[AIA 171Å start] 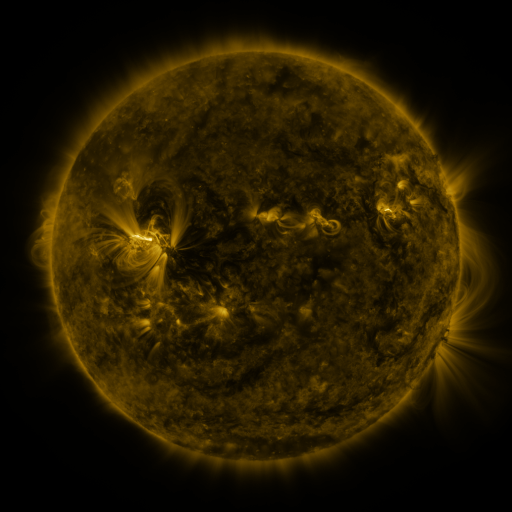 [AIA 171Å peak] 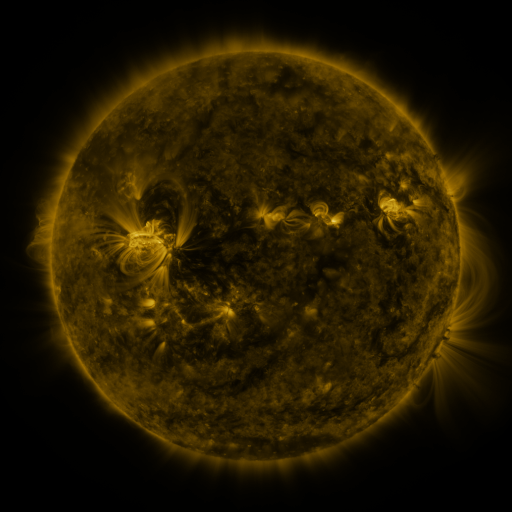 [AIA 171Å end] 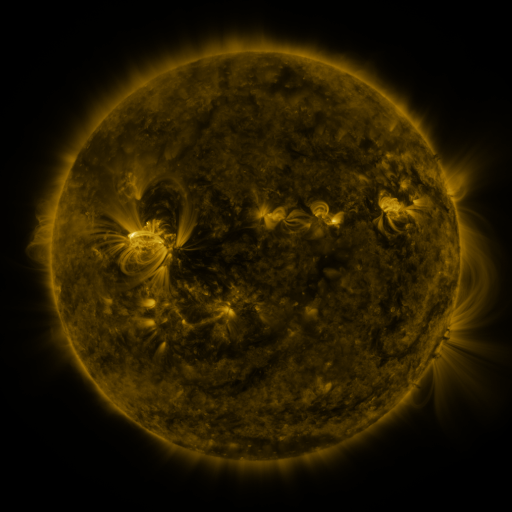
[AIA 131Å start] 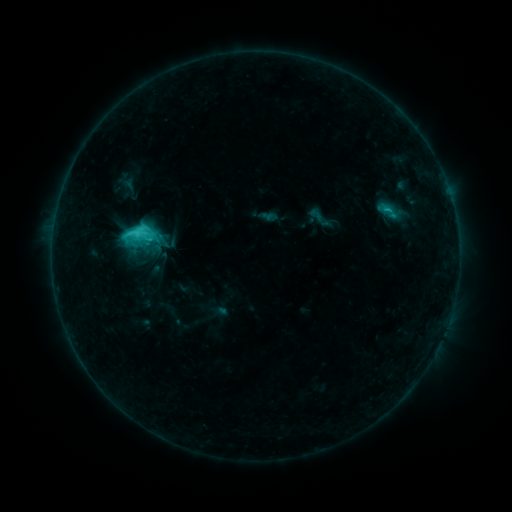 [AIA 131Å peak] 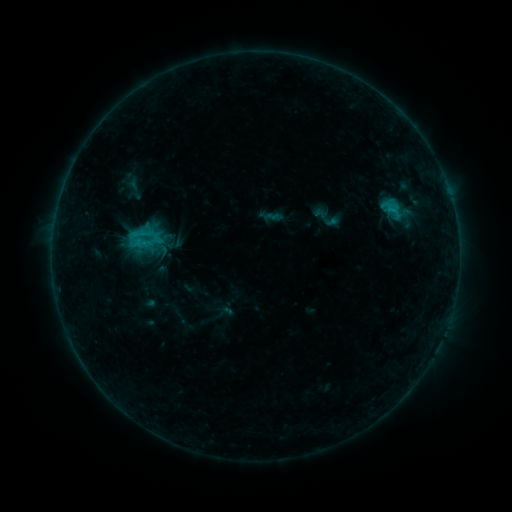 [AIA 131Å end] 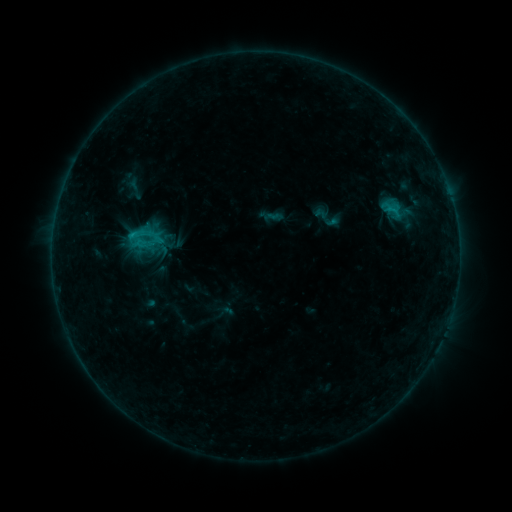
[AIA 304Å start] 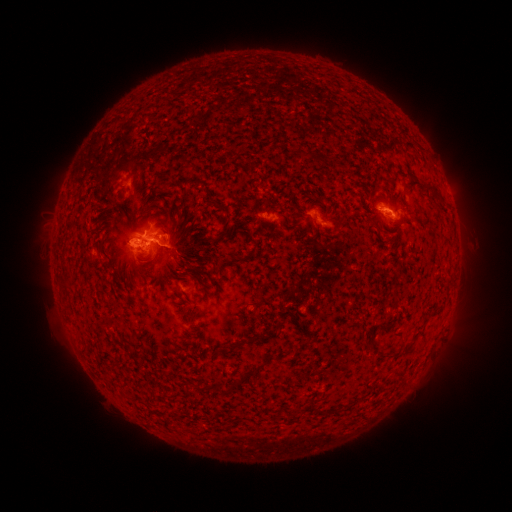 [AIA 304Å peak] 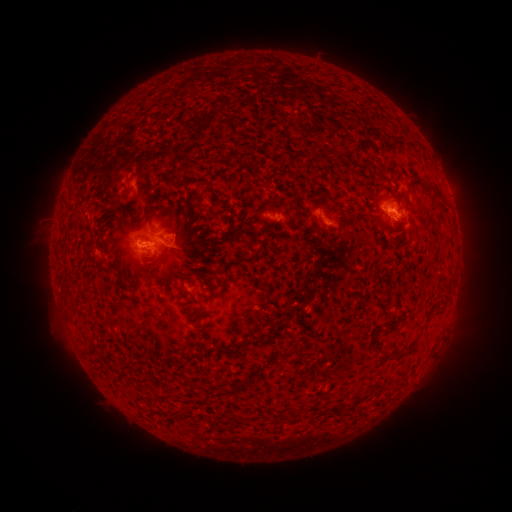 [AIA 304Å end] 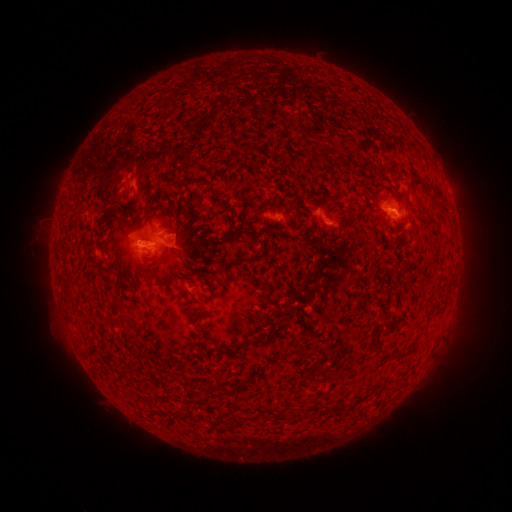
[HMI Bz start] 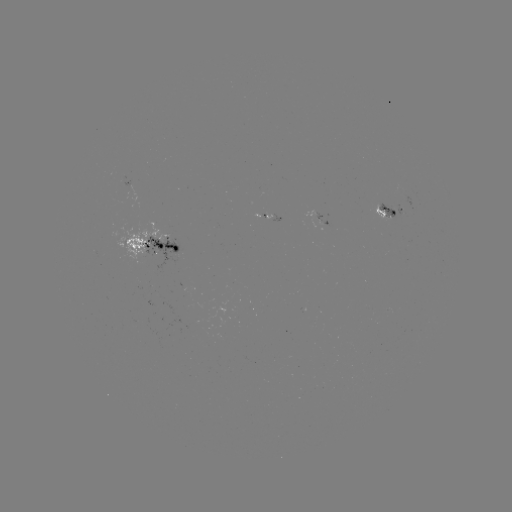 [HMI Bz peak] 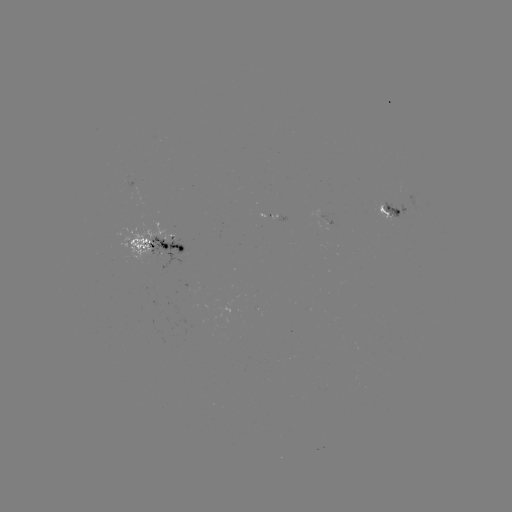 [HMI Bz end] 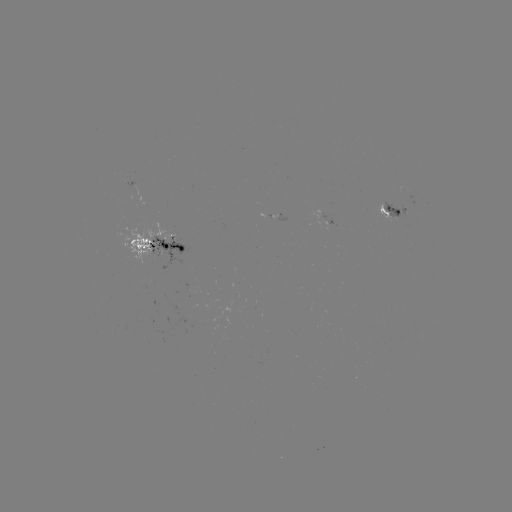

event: emerging-flux region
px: (393, 214)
